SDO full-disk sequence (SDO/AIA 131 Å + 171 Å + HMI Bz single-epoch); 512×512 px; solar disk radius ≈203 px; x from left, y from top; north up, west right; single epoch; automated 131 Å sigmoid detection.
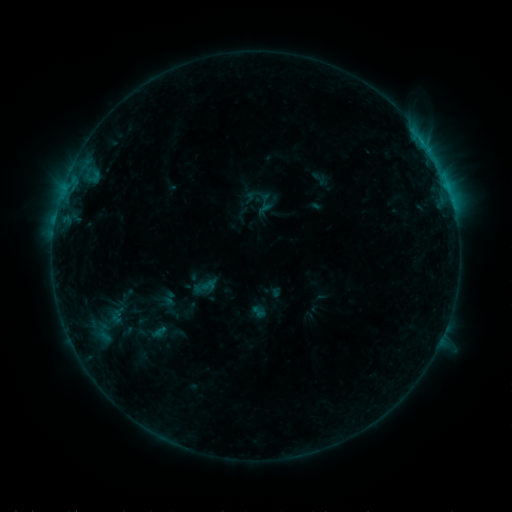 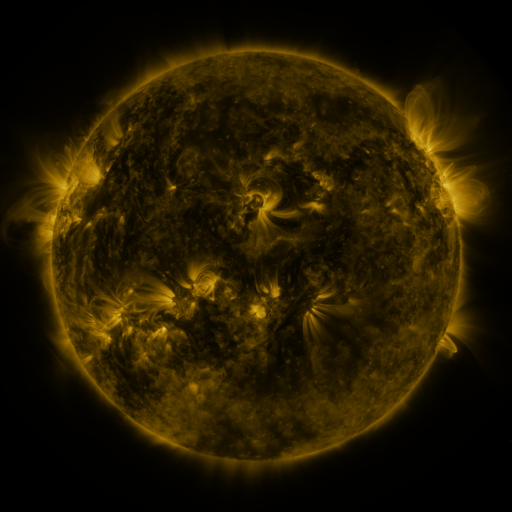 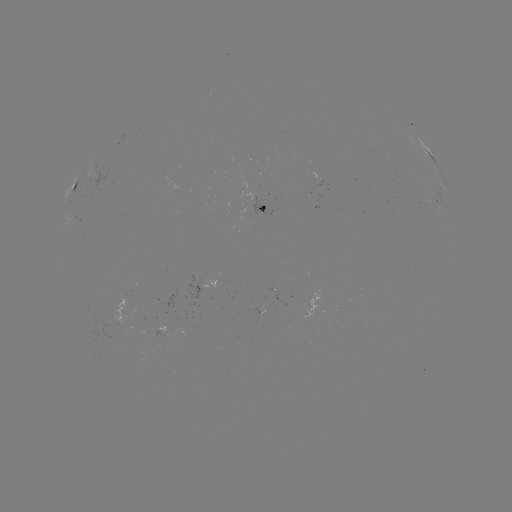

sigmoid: <bbox>200, 278, 217, 293</bbox>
